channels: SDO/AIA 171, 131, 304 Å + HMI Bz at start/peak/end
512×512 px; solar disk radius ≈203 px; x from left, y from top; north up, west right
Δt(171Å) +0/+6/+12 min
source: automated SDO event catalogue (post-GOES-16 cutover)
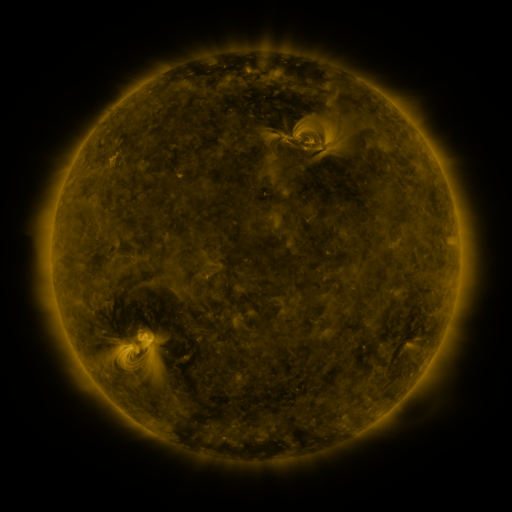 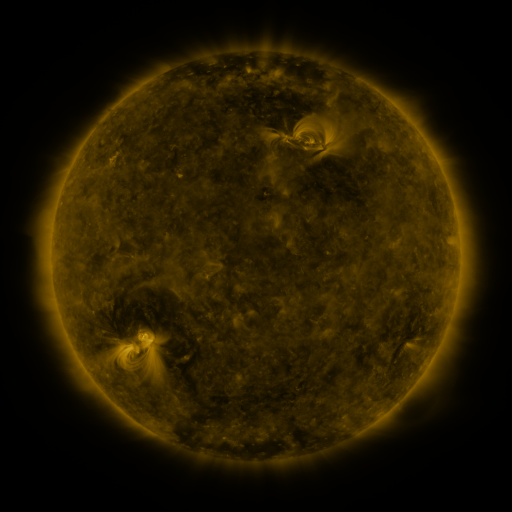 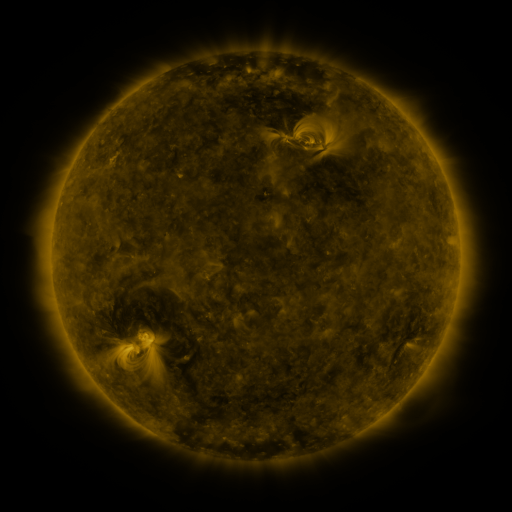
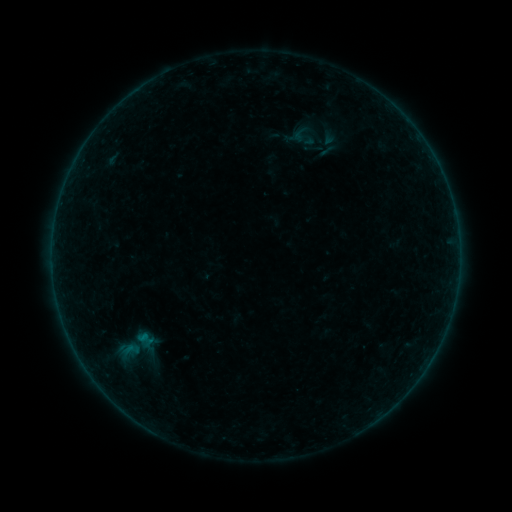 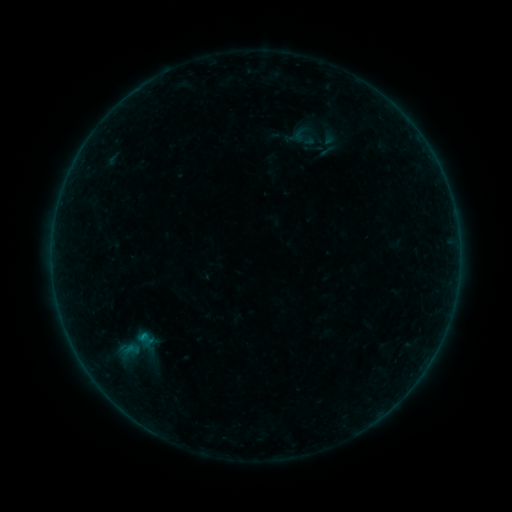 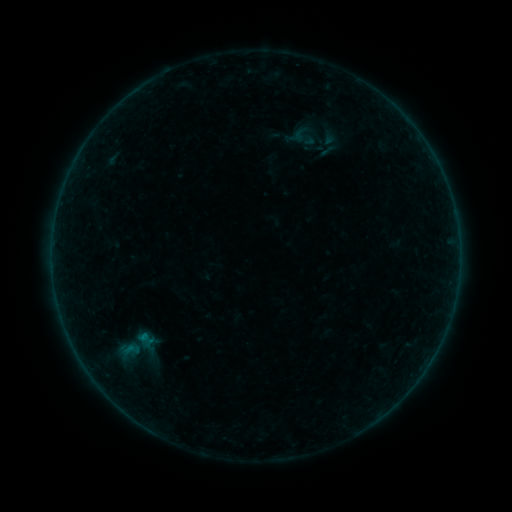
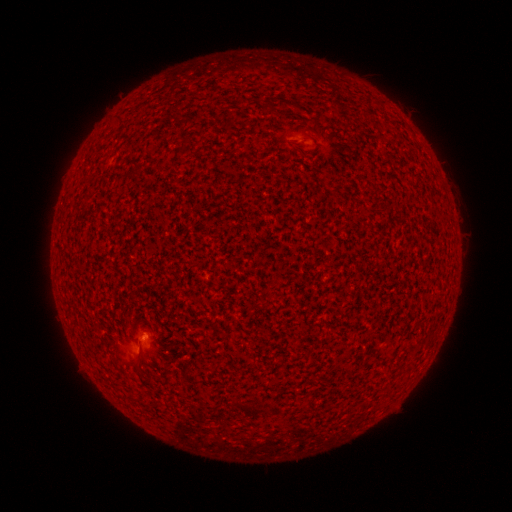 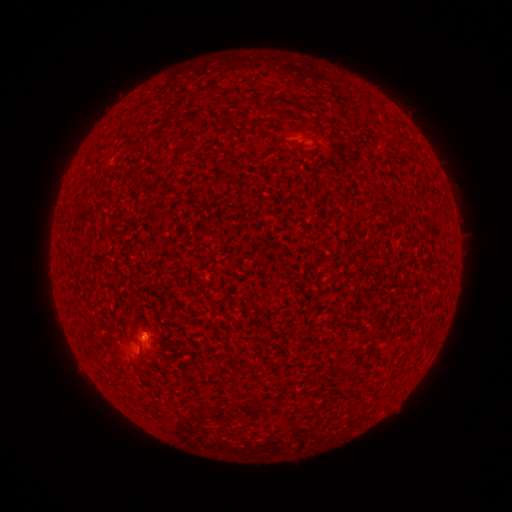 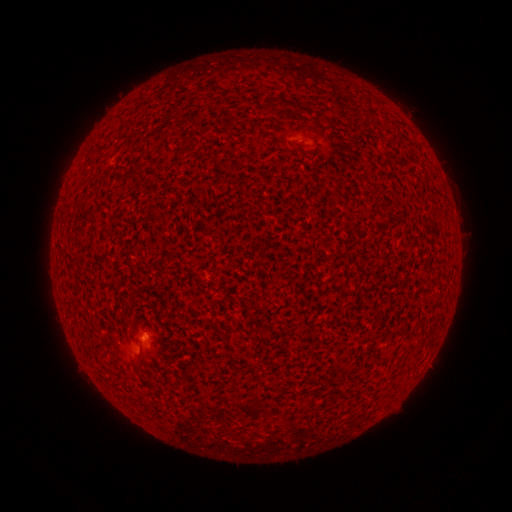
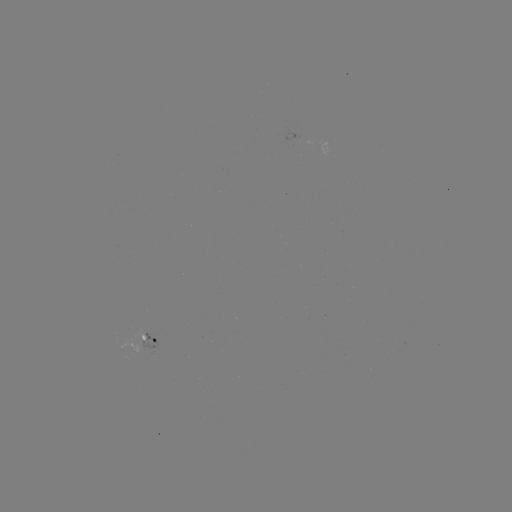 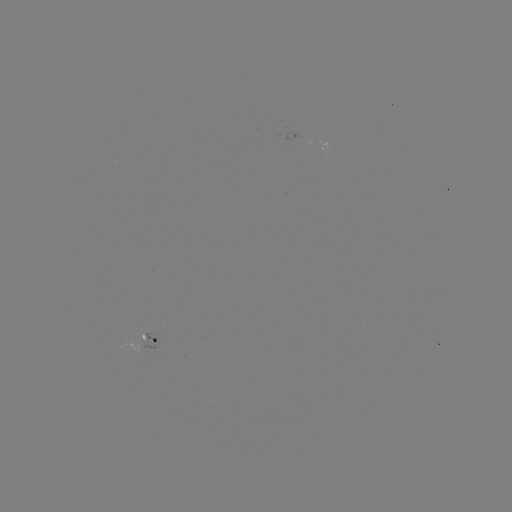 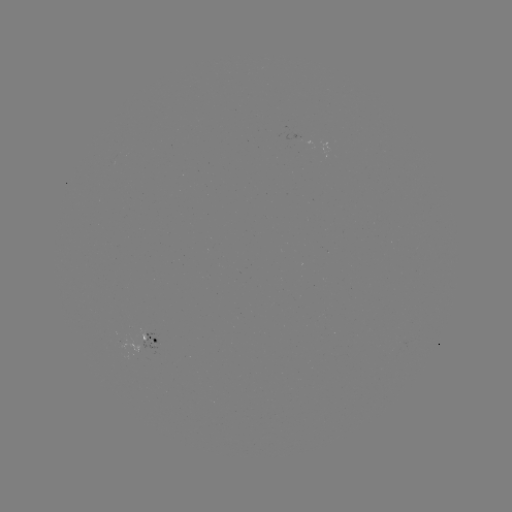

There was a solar flare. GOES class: B1.4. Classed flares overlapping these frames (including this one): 1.